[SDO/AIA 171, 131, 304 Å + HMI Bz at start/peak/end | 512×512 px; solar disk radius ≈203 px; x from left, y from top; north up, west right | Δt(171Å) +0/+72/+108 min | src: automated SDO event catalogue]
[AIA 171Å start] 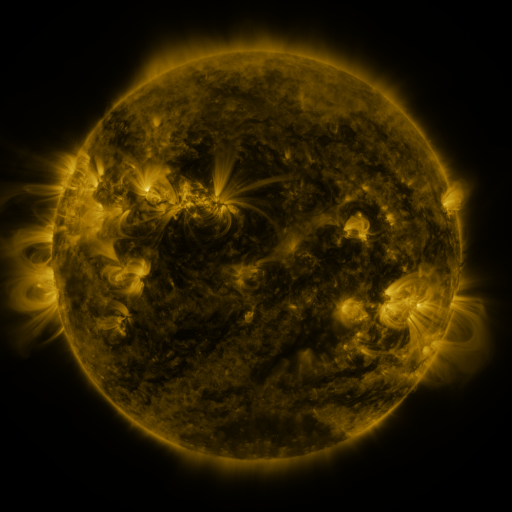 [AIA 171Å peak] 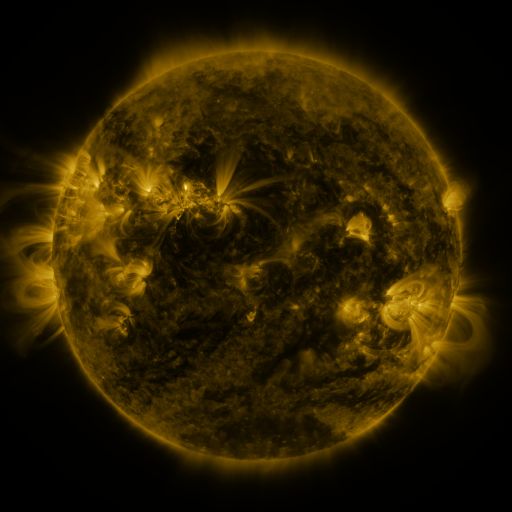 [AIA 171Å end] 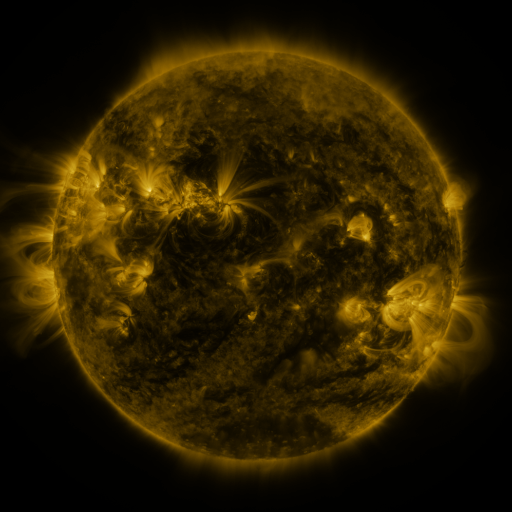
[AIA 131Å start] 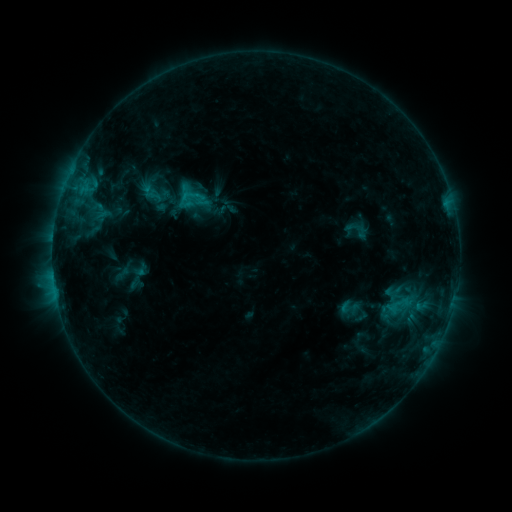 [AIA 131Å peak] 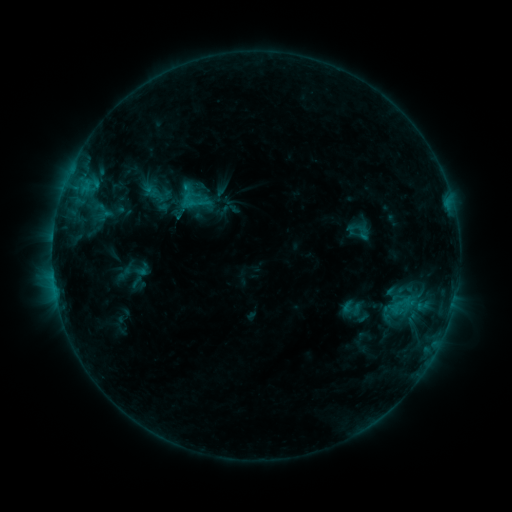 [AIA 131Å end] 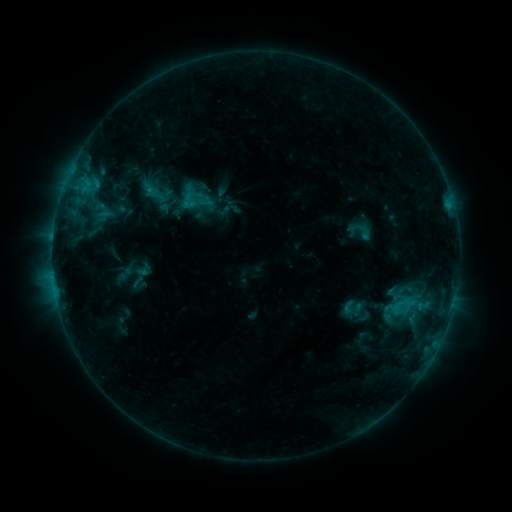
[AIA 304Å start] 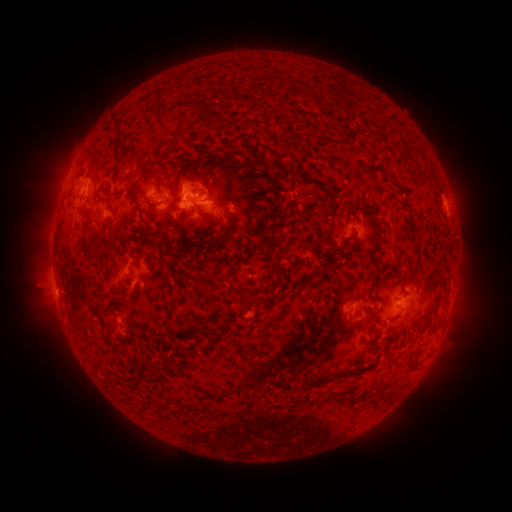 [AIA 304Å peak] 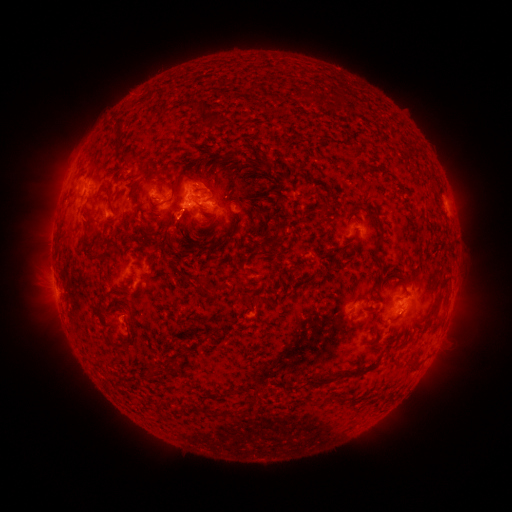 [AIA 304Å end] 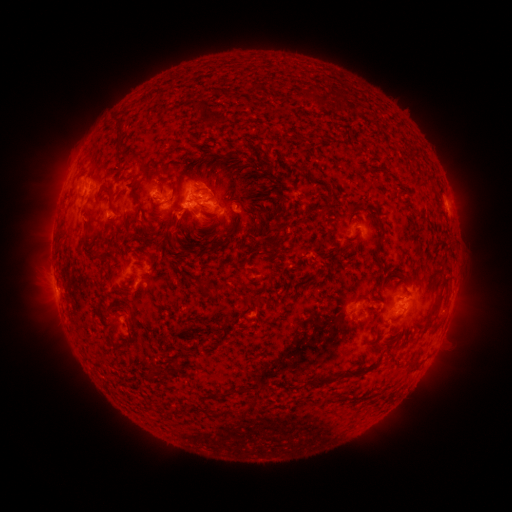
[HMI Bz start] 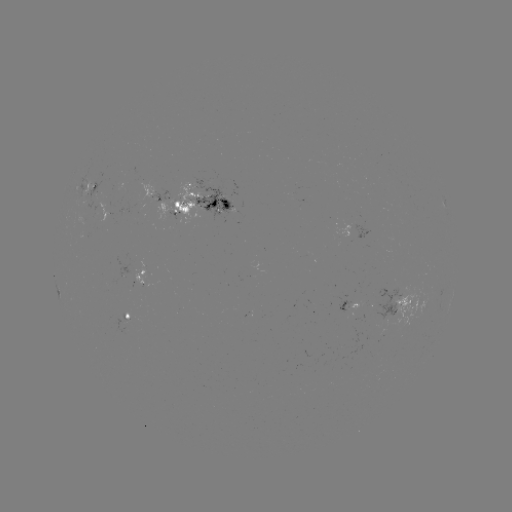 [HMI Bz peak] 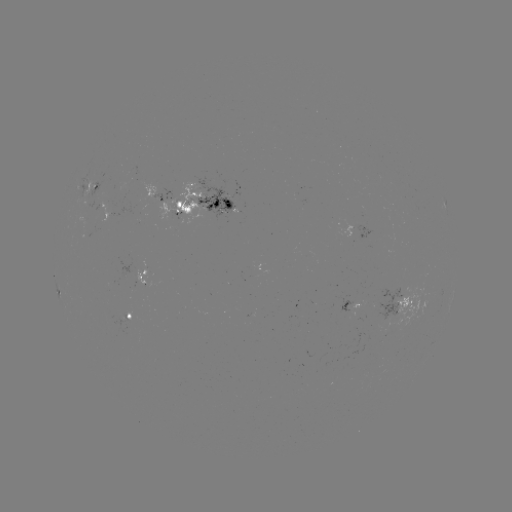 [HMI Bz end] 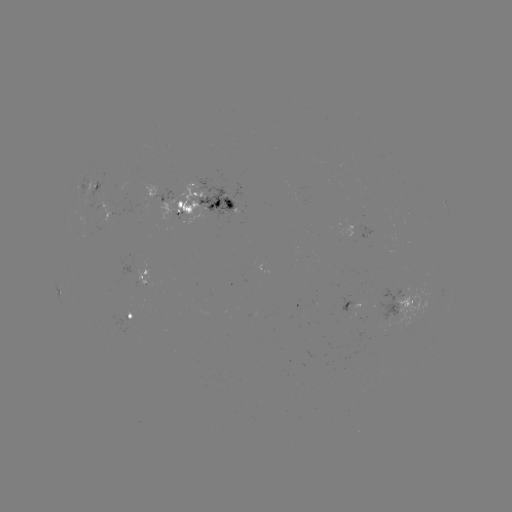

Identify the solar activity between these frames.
emerging-flux region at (102, 219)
